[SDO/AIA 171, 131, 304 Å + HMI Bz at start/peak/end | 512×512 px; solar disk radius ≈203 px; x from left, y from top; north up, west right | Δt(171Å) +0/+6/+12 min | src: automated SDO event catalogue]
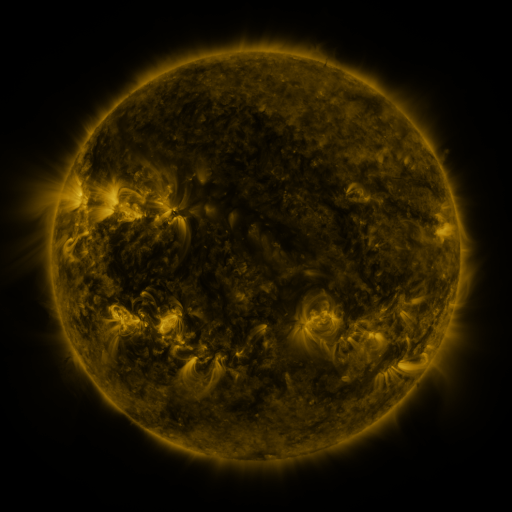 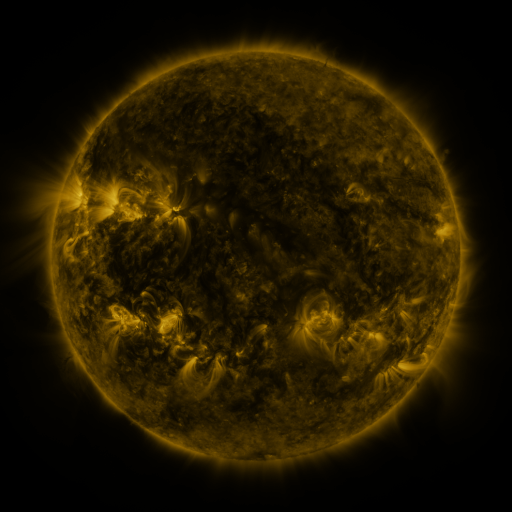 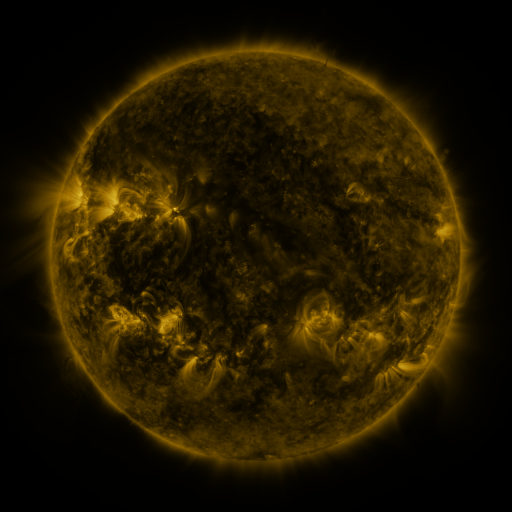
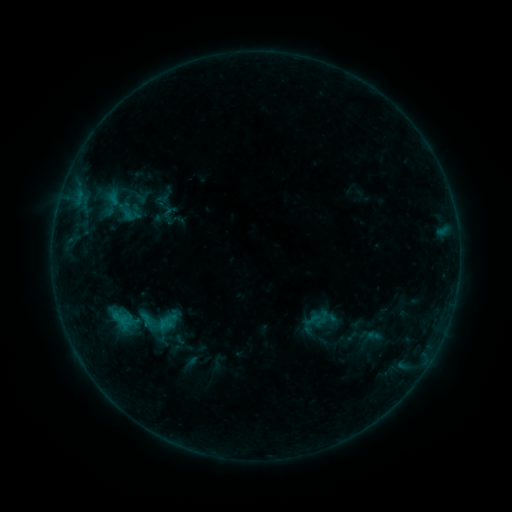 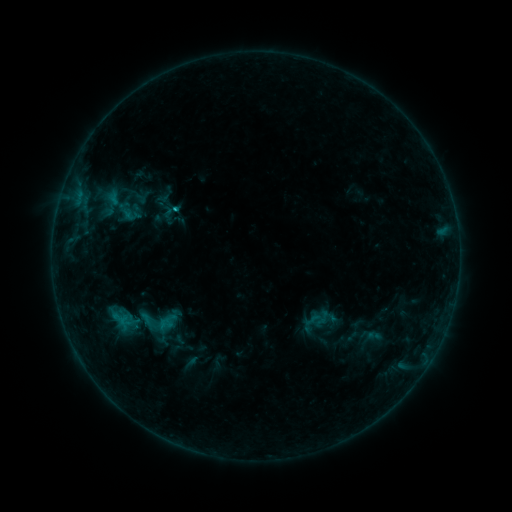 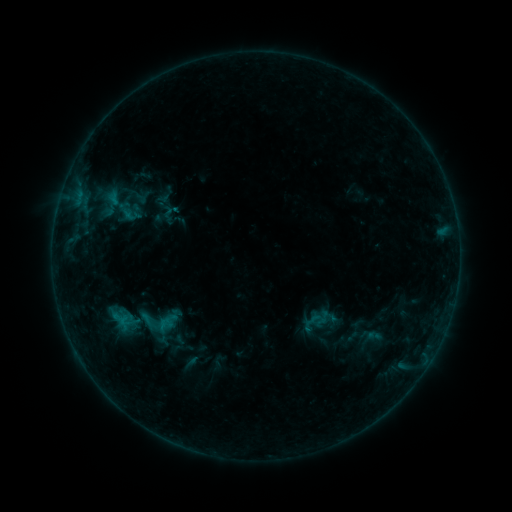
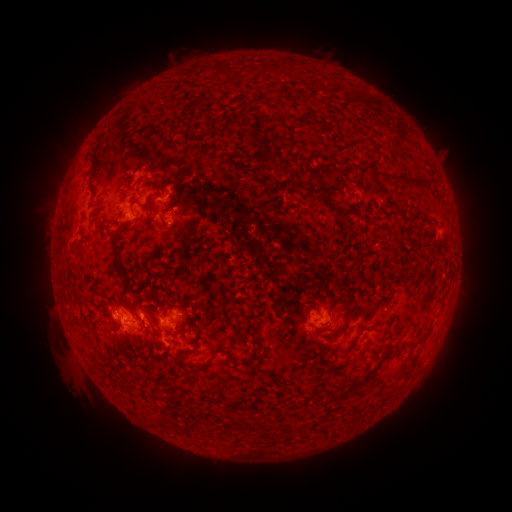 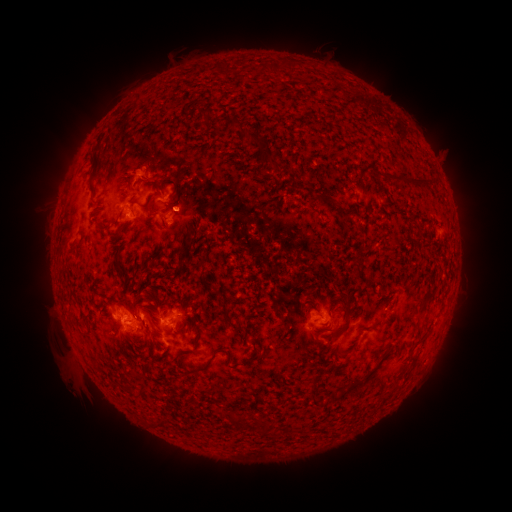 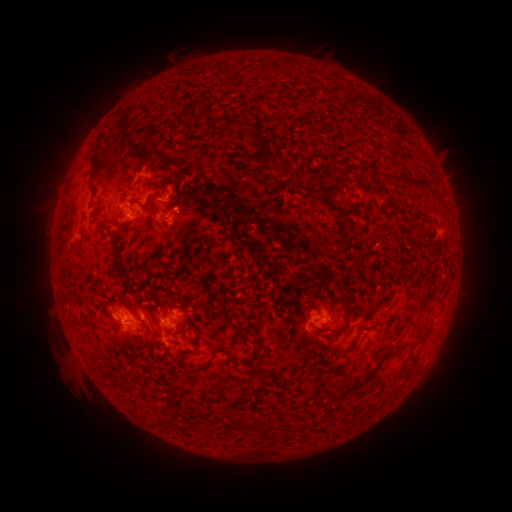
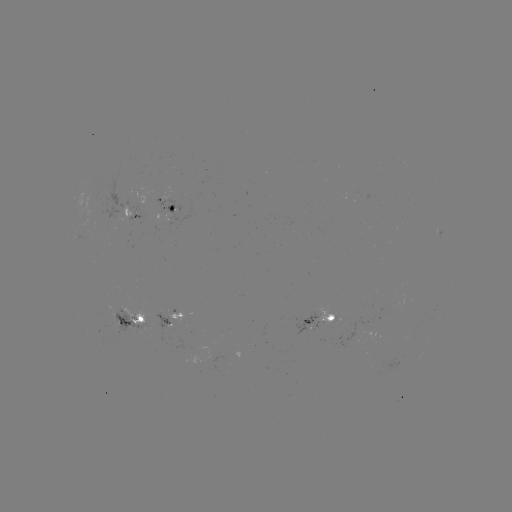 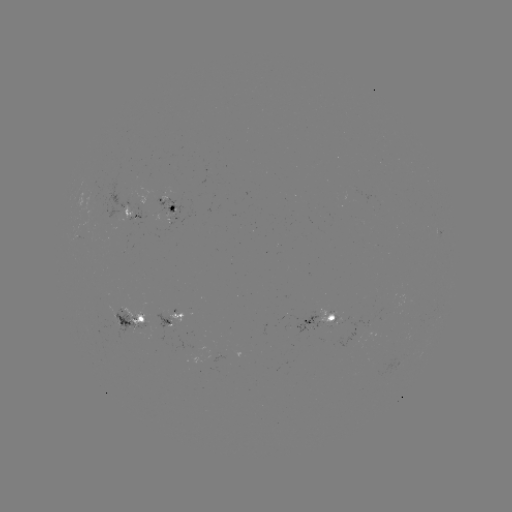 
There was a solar eruption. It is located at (140, 167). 